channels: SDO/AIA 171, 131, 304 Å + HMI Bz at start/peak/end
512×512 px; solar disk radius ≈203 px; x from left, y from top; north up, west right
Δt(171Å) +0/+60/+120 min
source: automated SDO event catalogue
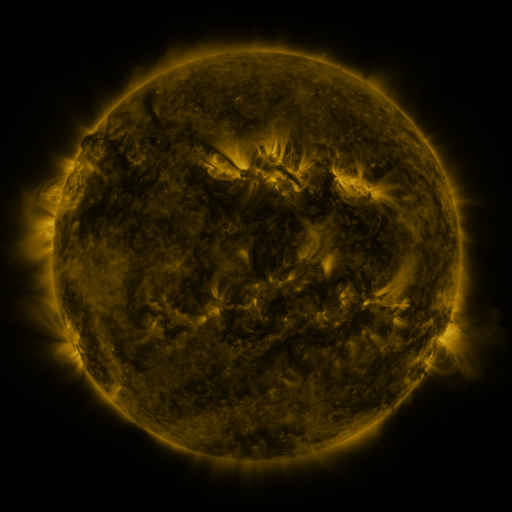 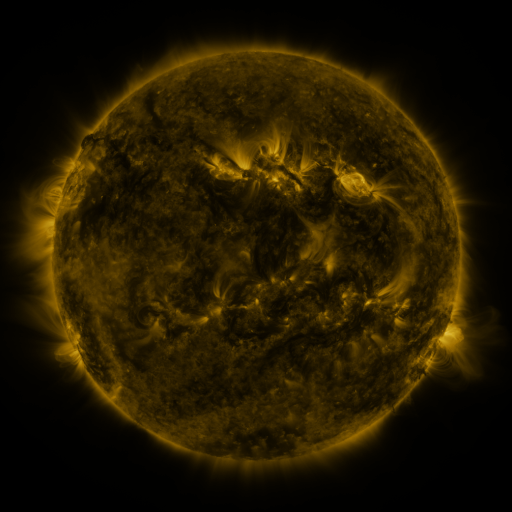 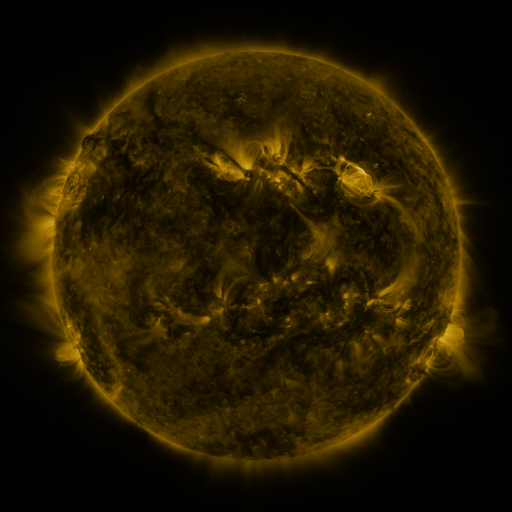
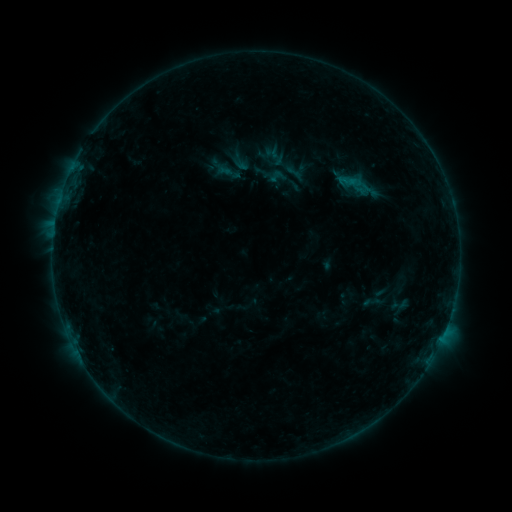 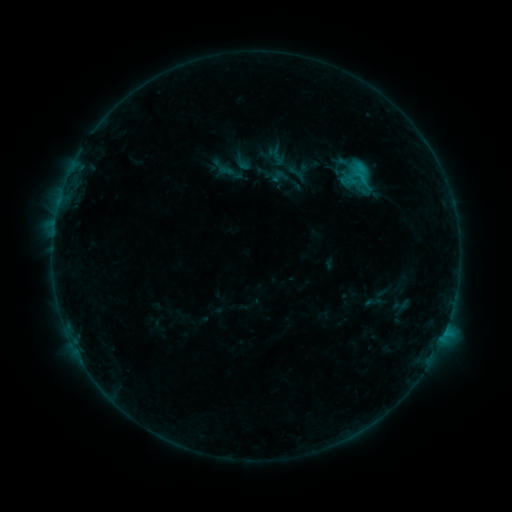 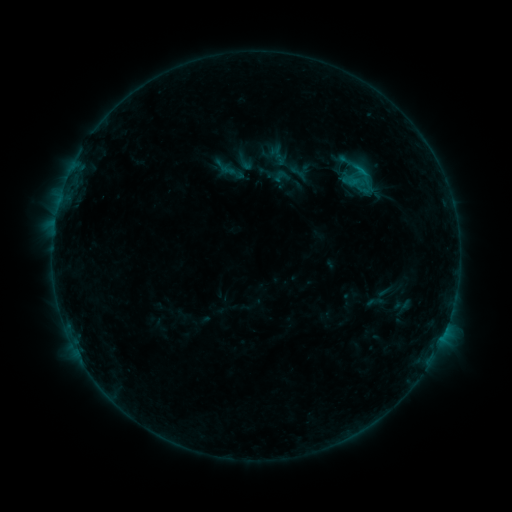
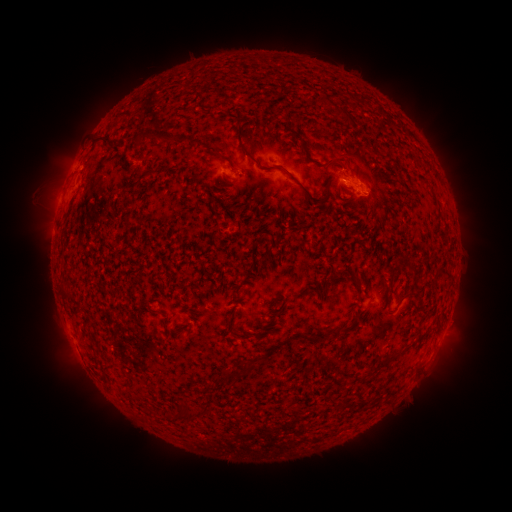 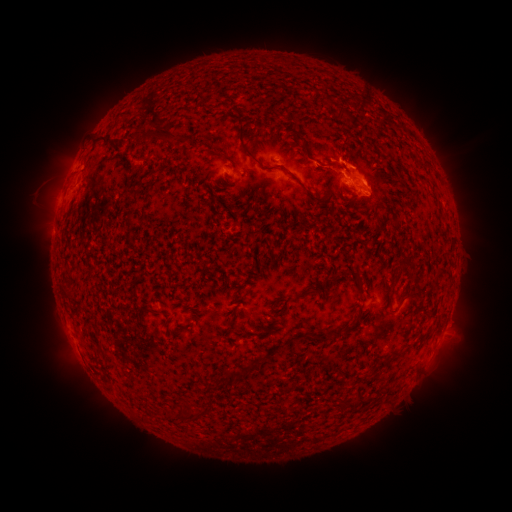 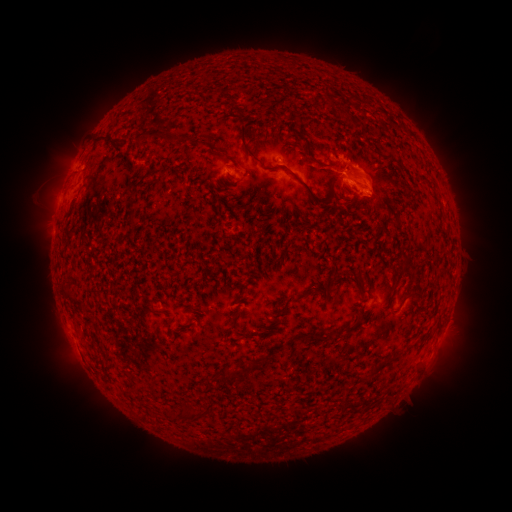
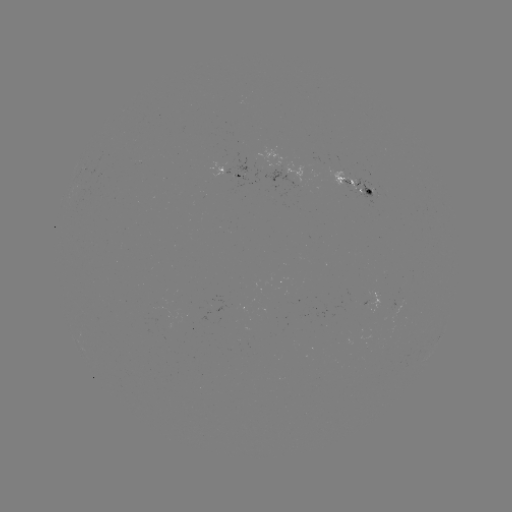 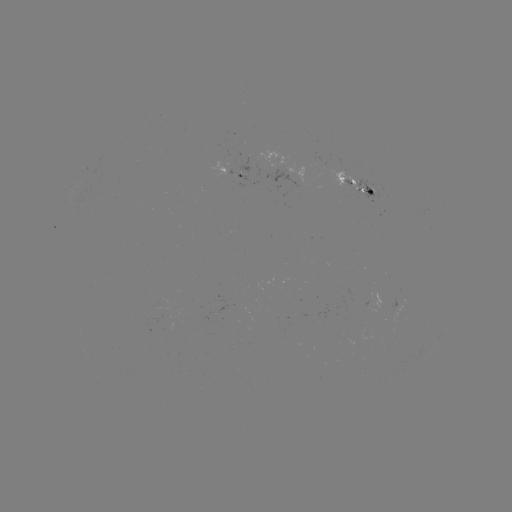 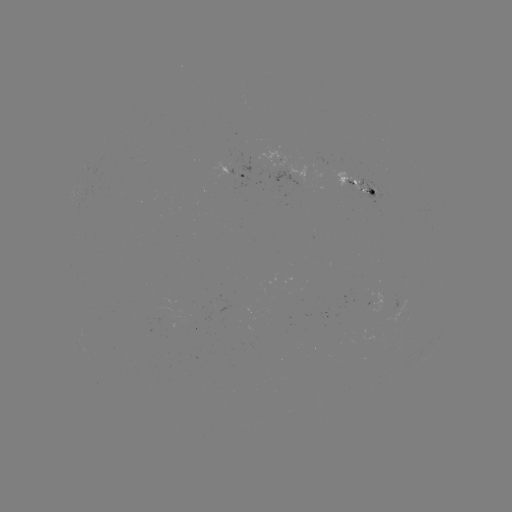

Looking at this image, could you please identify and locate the filament eruption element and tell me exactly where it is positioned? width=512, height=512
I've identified filament eruption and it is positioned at (412, 125).